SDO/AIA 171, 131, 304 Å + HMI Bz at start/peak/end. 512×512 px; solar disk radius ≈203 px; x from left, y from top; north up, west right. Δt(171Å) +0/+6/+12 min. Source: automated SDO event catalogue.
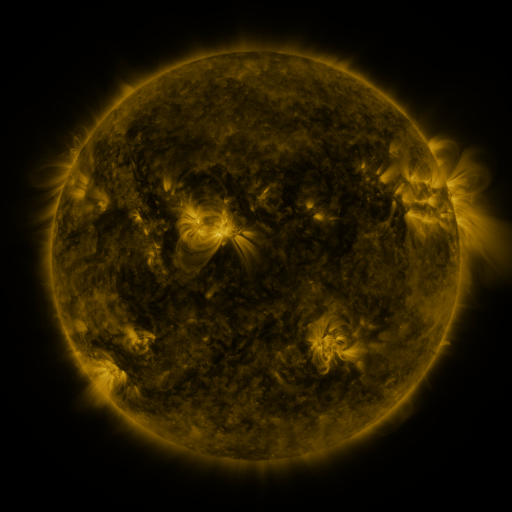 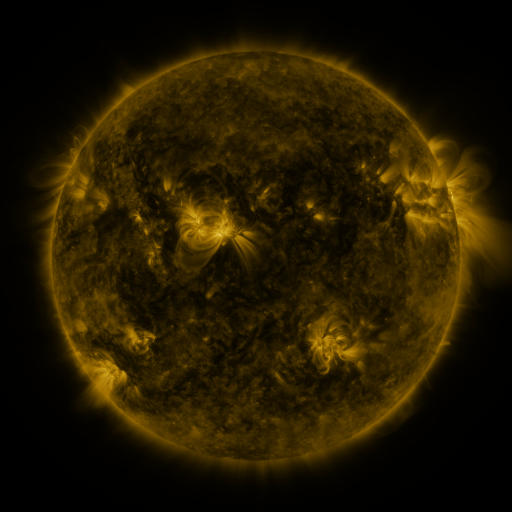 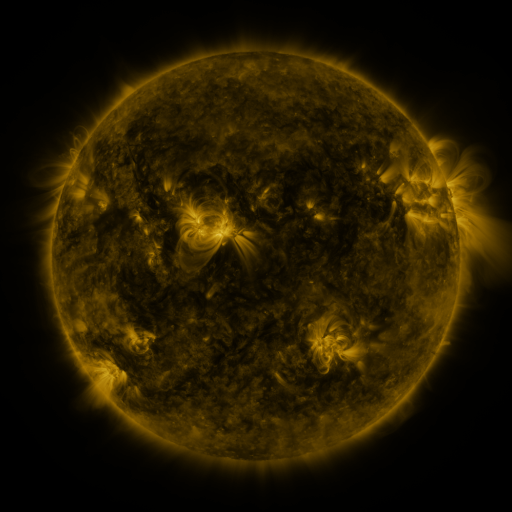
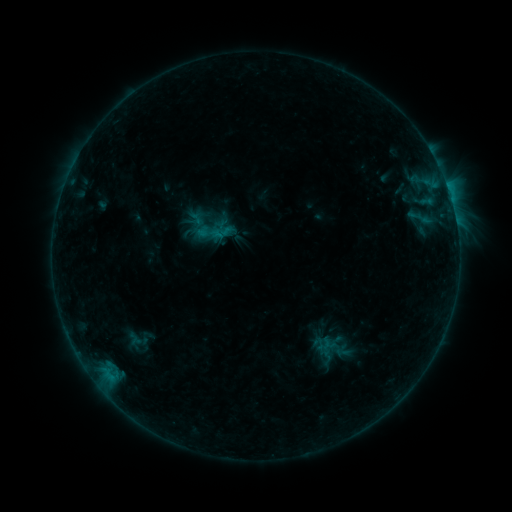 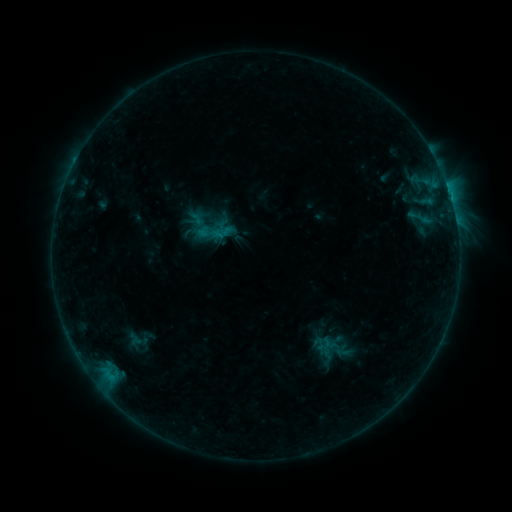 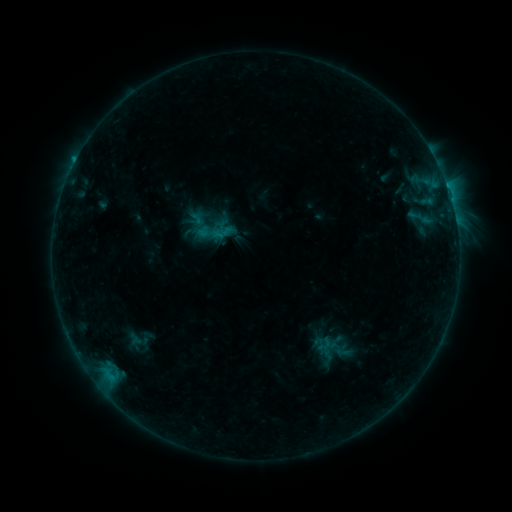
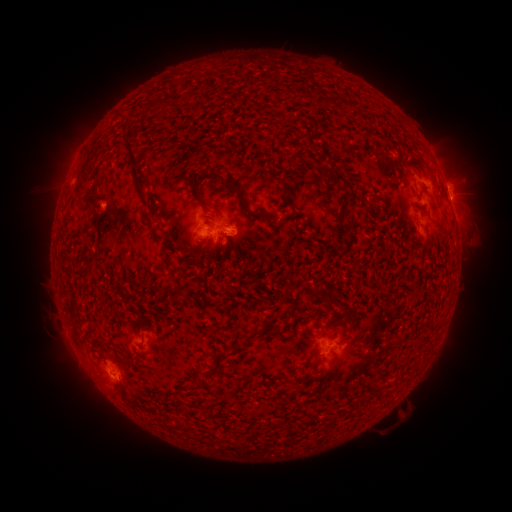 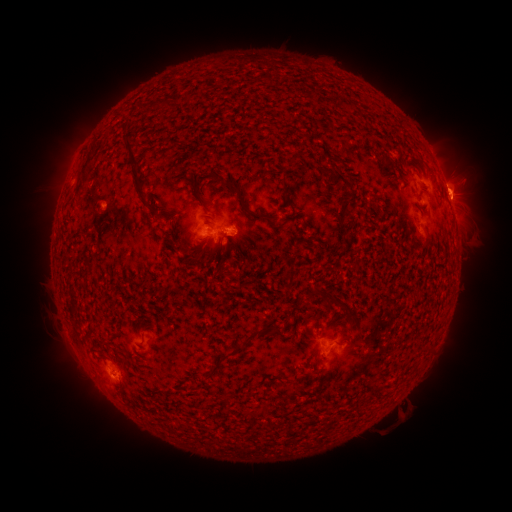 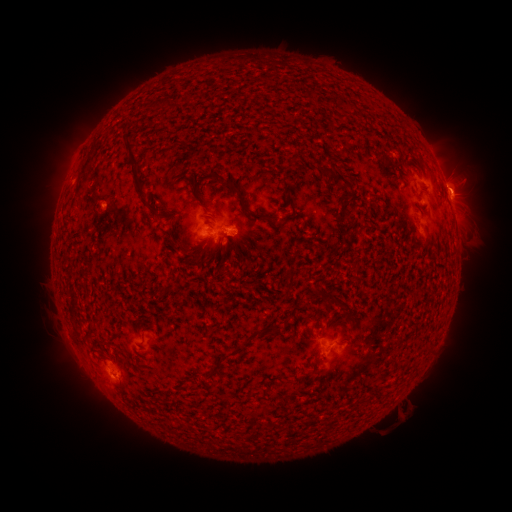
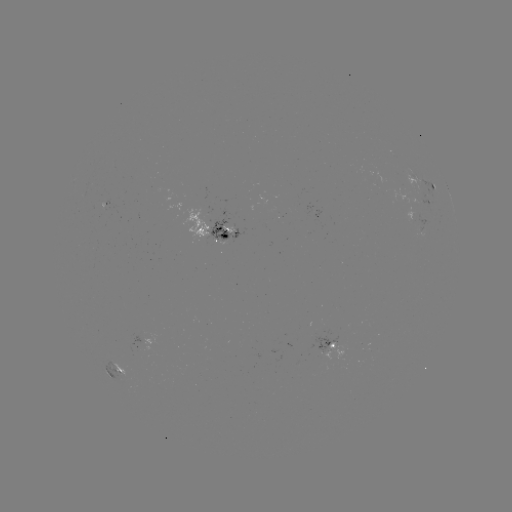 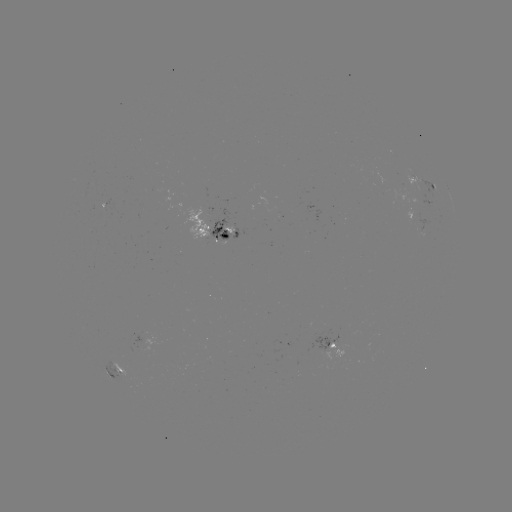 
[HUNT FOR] eruption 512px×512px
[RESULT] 461,185